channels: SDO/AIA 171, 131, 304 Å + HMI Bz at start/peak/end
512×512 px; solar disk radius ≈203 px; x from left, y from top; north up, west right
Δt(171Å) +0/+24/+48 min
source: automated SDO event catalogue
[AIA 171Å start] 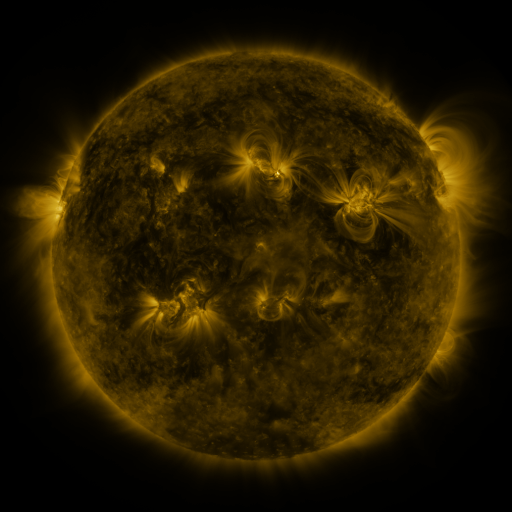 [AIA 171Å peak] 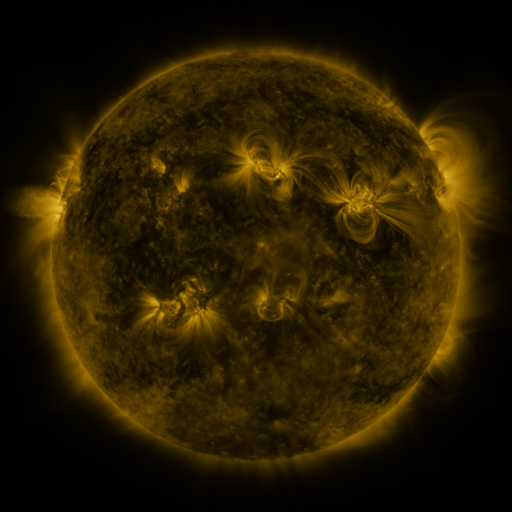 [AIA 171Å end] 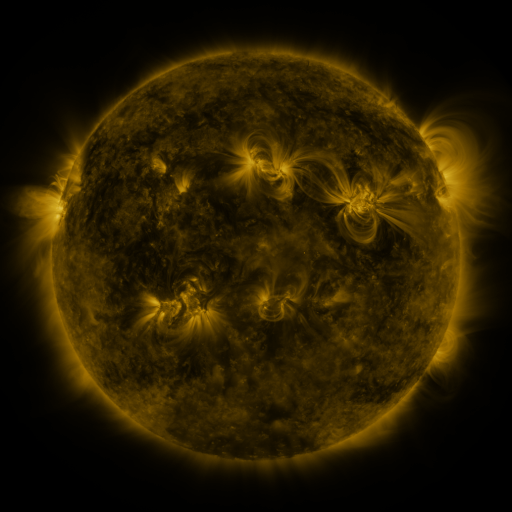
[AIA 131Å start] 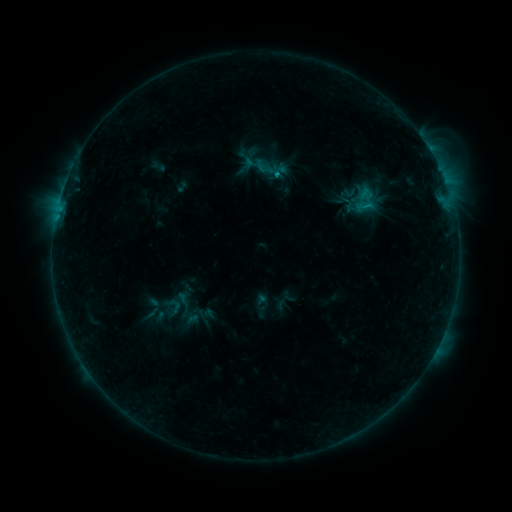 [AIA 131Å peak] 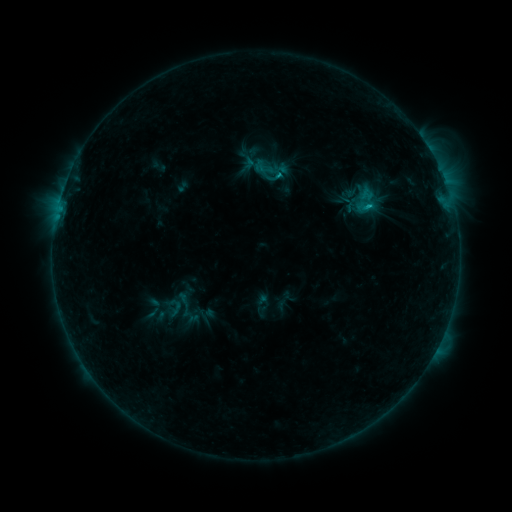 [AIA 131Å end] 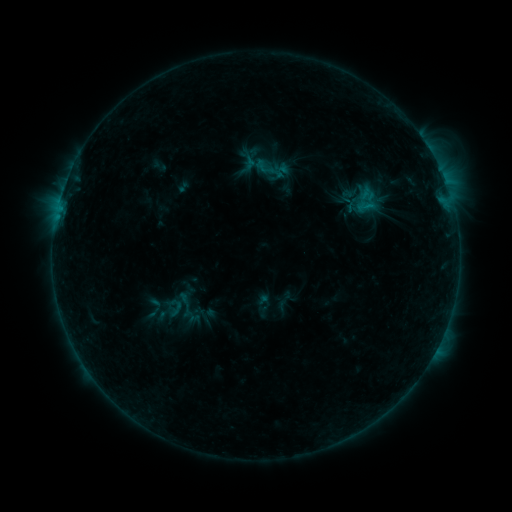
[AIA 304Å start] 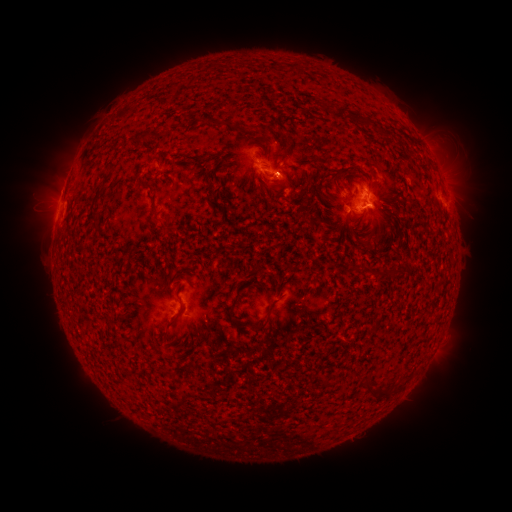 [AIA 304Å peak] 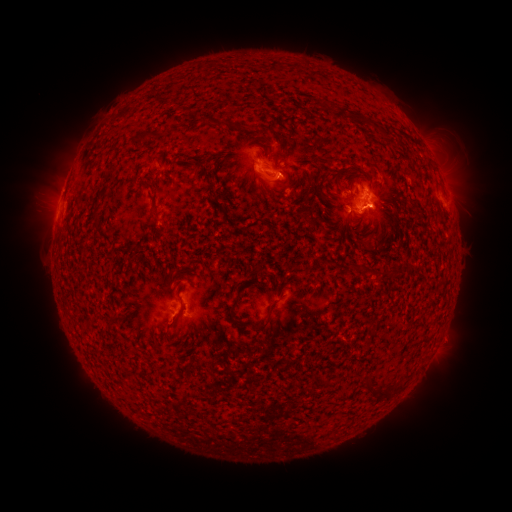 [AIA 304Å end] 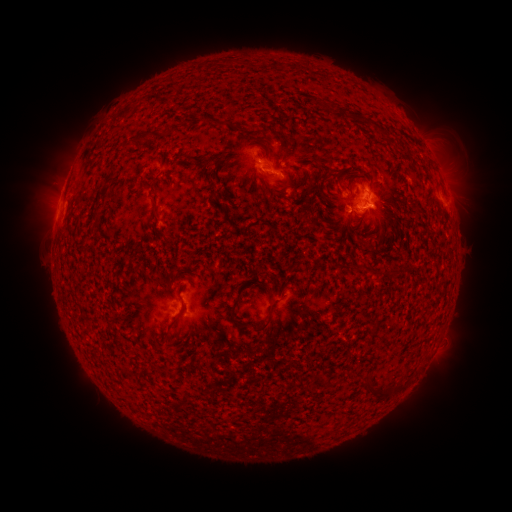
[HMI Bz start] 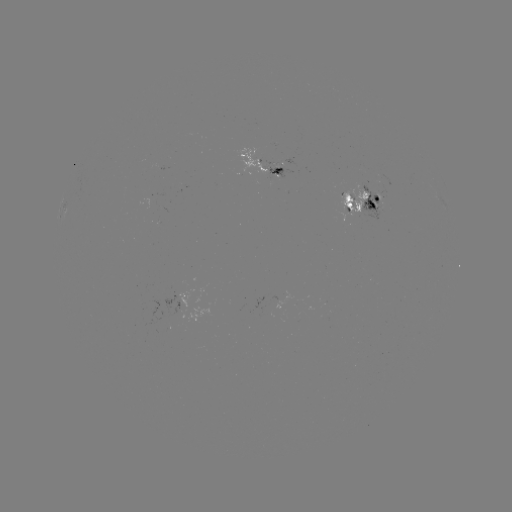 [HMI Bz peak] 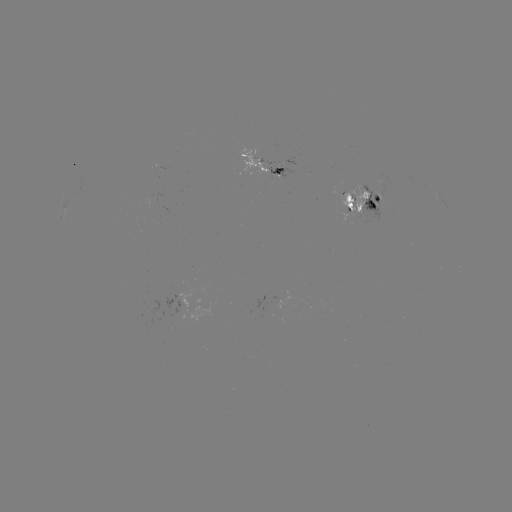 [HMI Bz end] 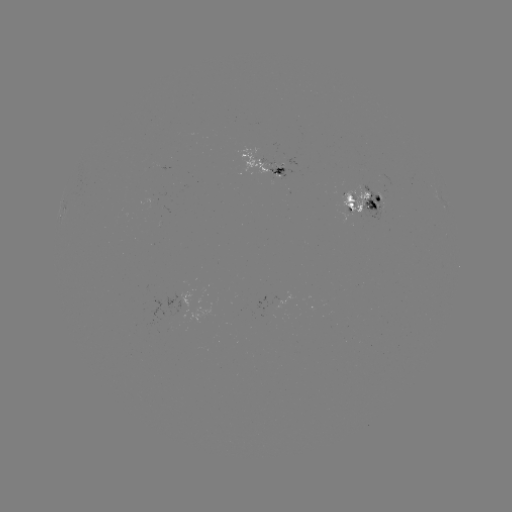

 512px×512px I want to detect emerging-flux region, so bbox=[339, 188, 369, 214].